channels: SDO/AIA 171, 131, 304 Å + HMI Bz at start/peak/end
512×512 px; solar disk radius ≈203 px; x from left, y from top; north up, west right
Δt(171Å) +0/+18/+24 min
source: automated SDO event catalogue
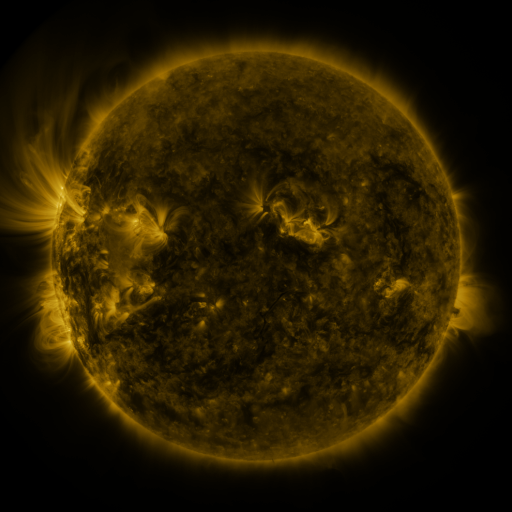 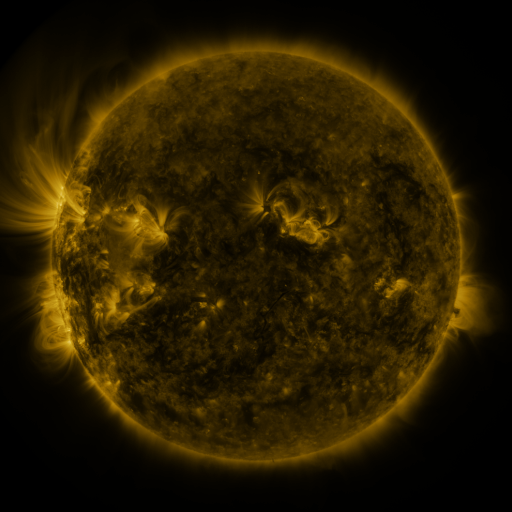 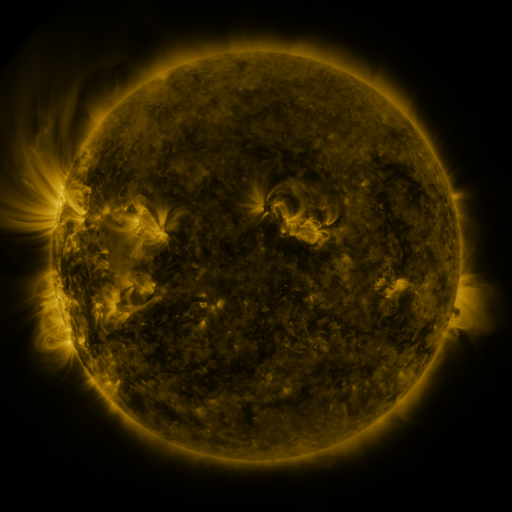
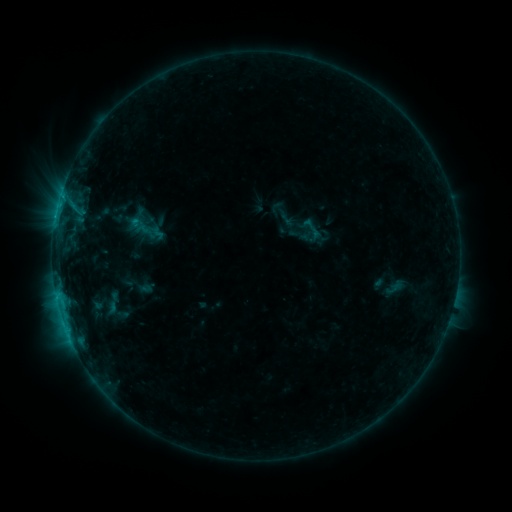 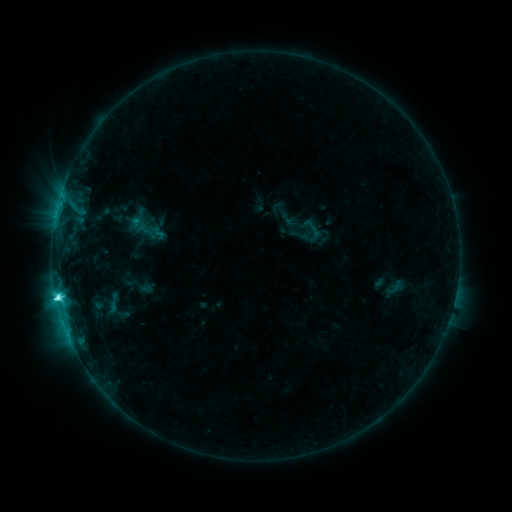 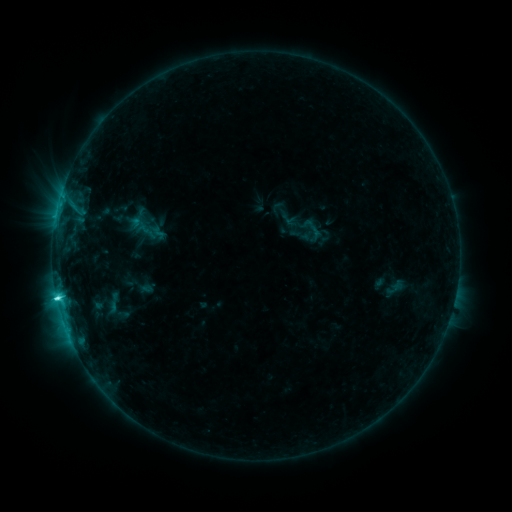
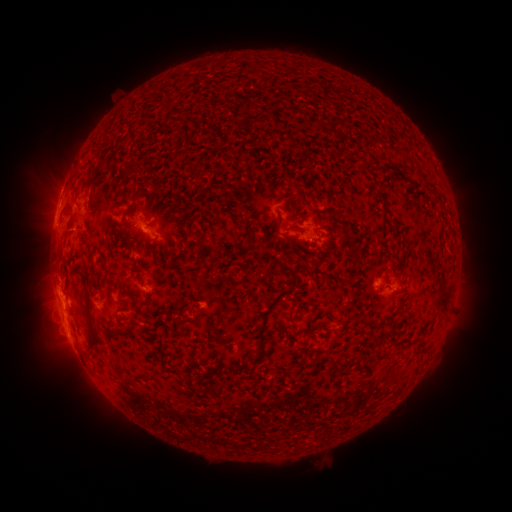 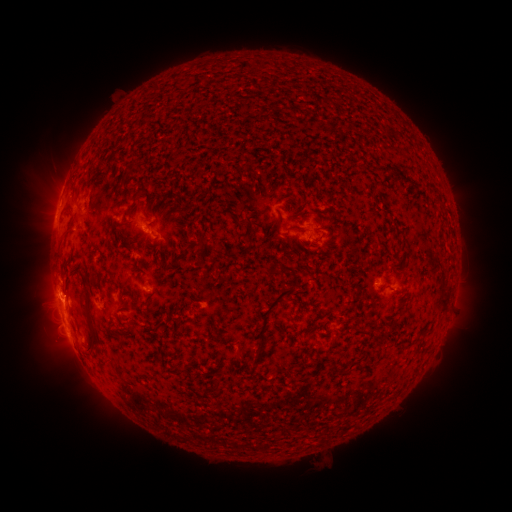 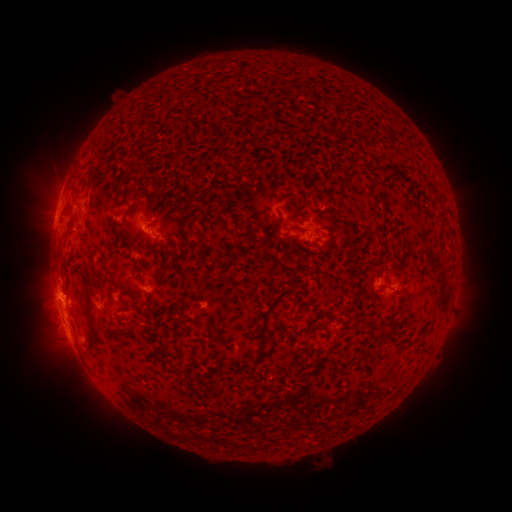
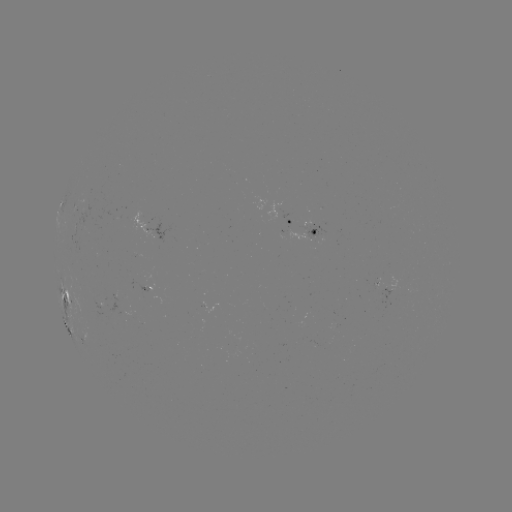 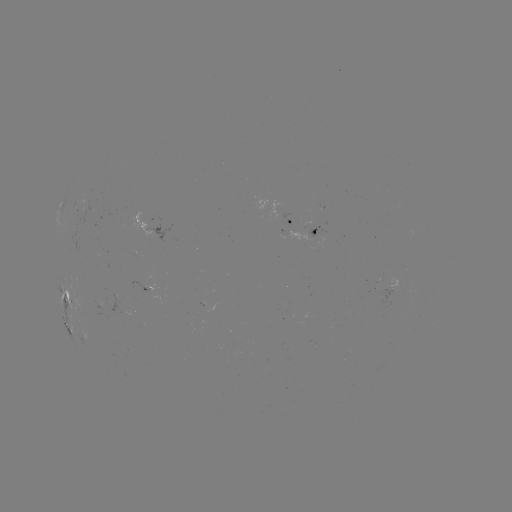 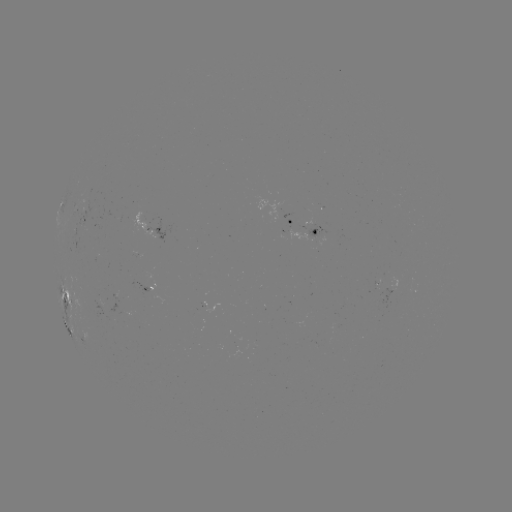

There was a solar flare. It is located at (57, 295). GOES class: C4.9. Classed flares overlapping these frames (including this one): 1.